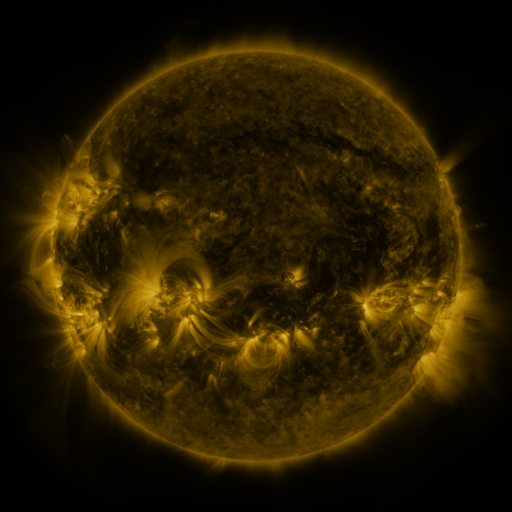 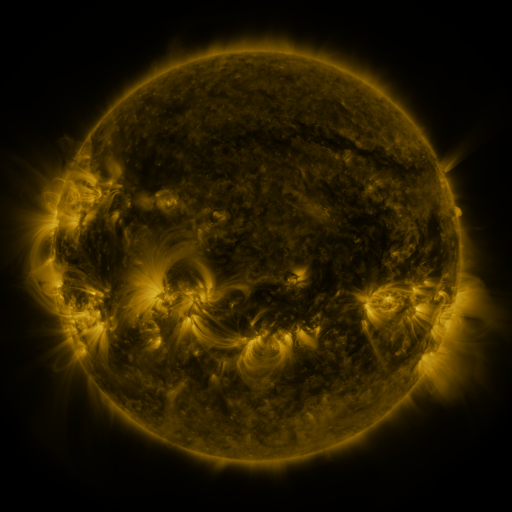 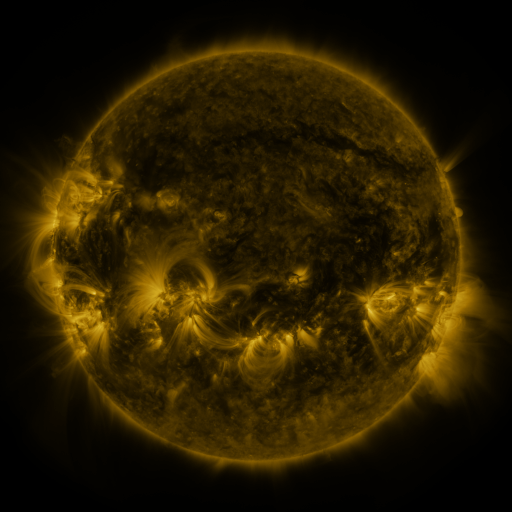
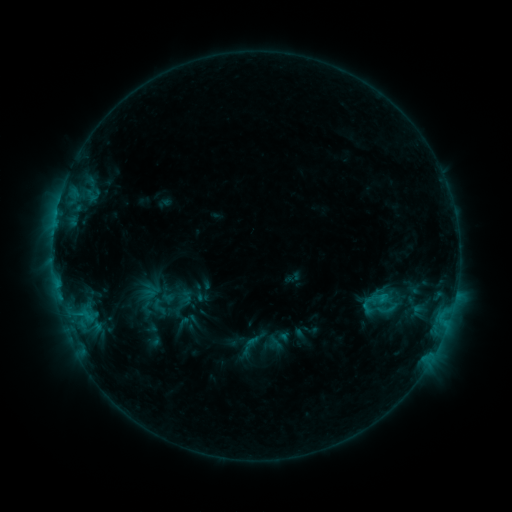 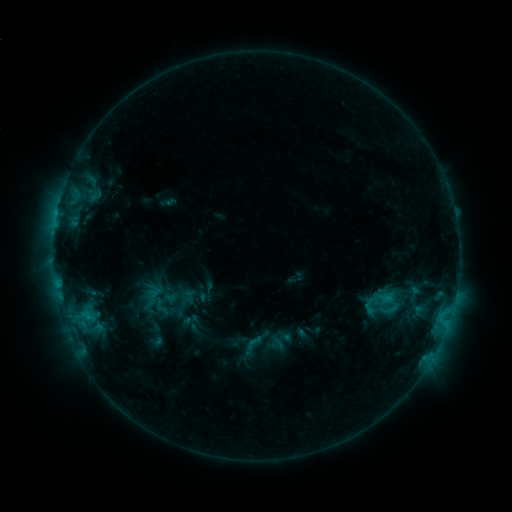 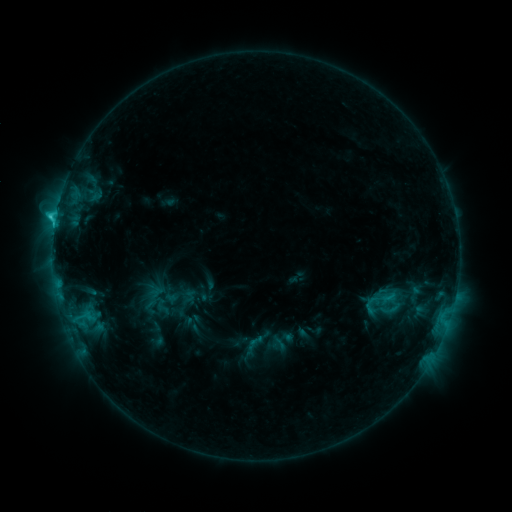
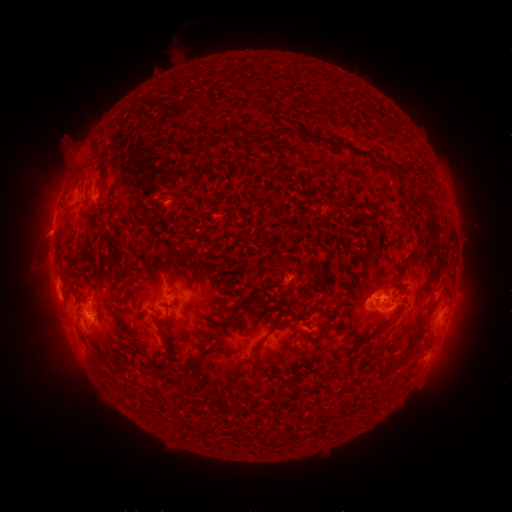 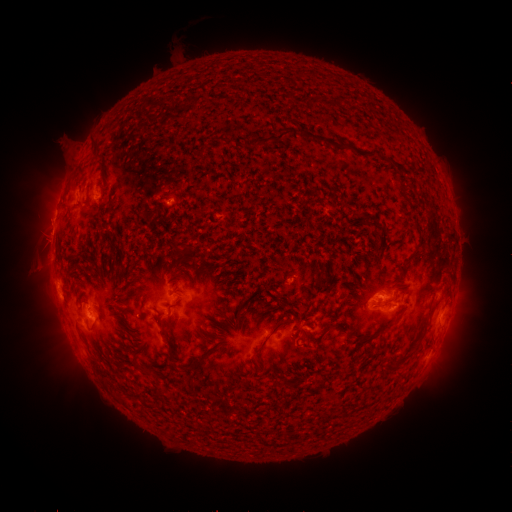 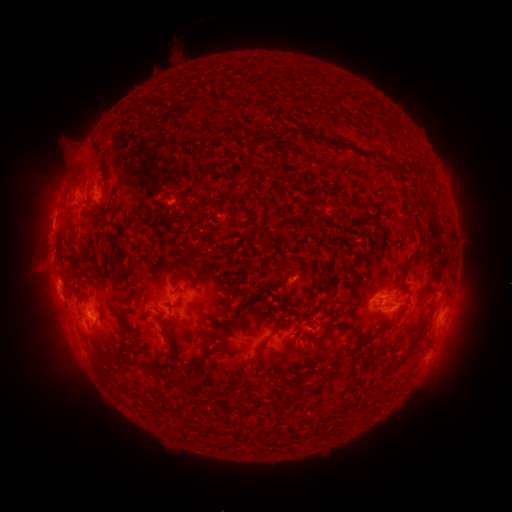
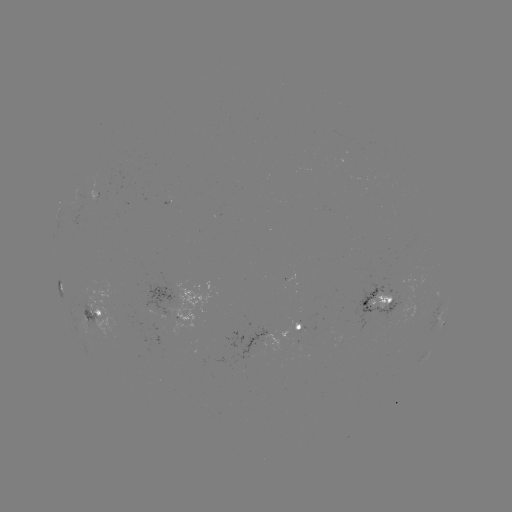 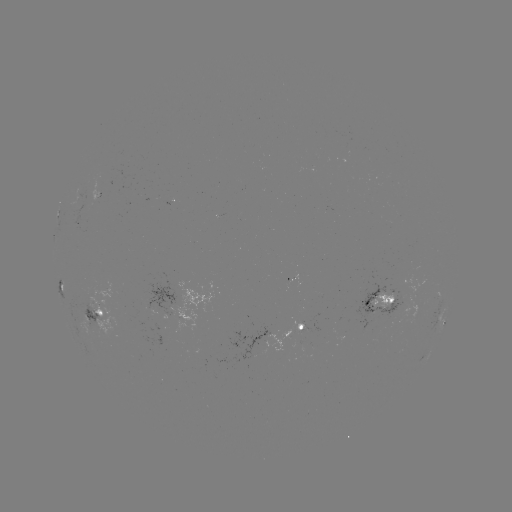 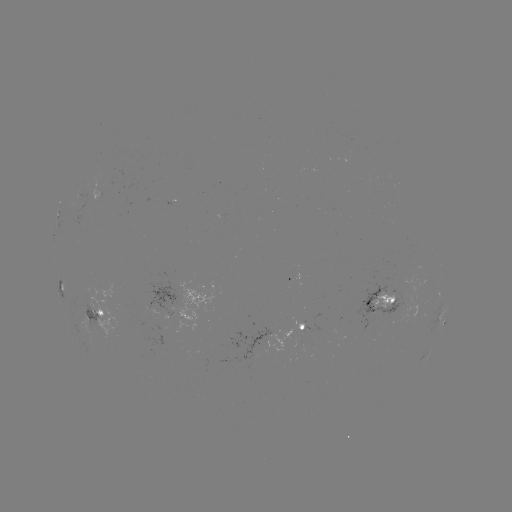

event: emerging-flux region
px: (389, 295)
